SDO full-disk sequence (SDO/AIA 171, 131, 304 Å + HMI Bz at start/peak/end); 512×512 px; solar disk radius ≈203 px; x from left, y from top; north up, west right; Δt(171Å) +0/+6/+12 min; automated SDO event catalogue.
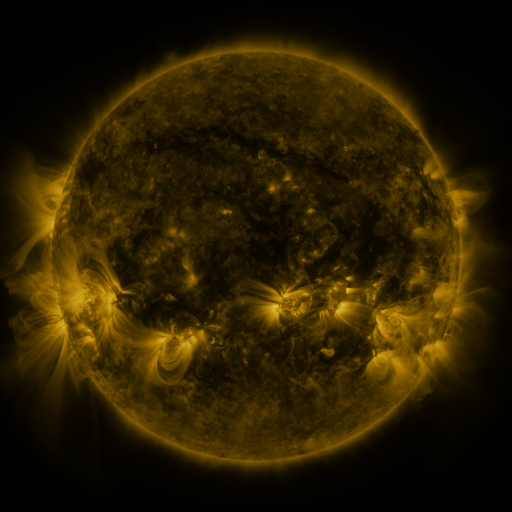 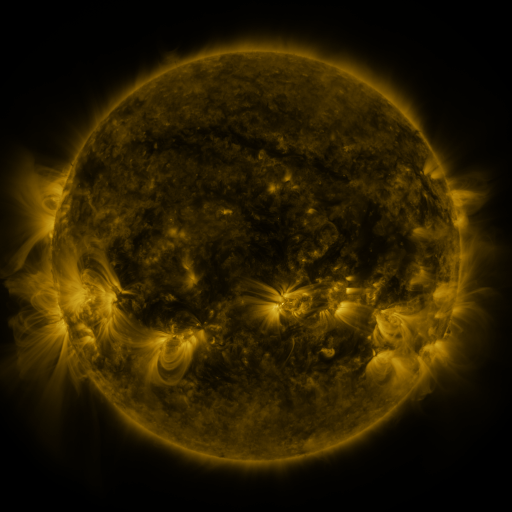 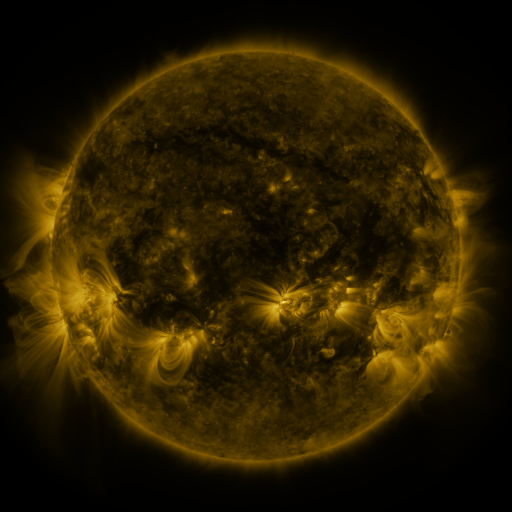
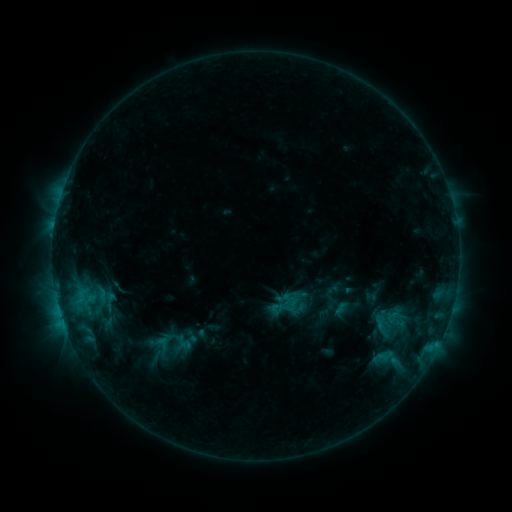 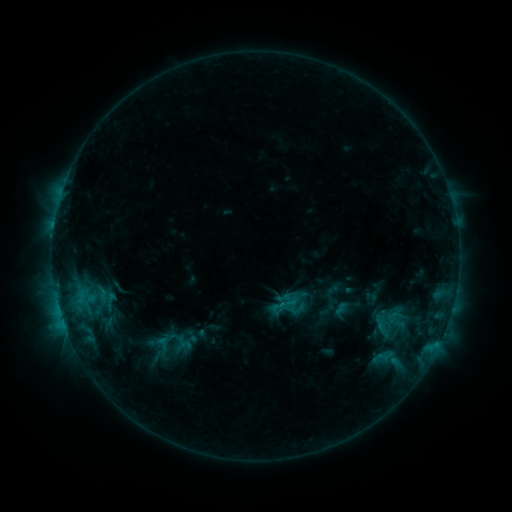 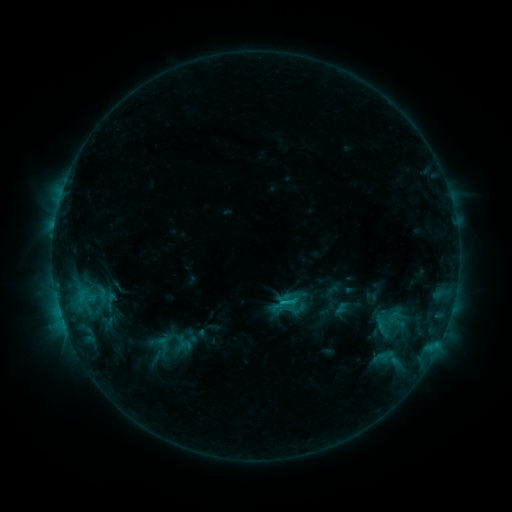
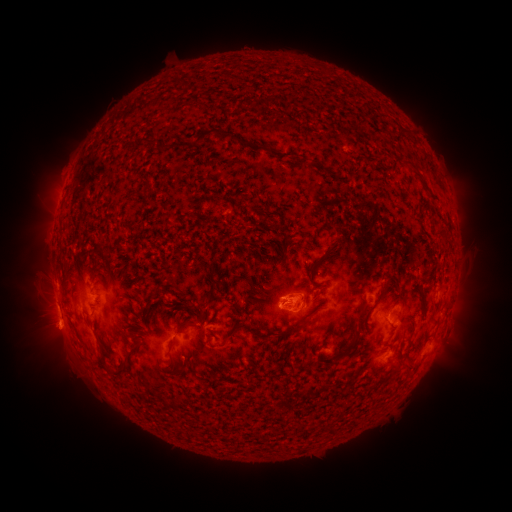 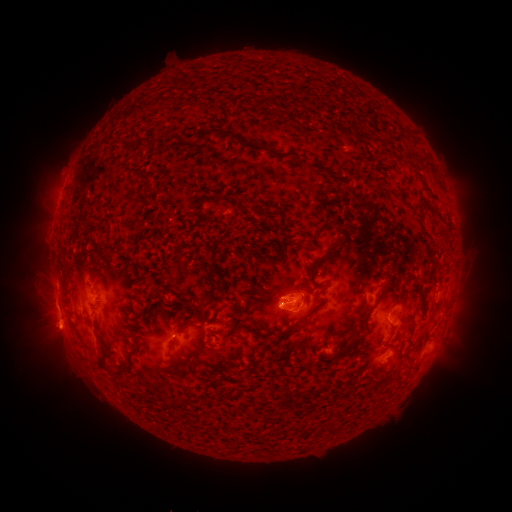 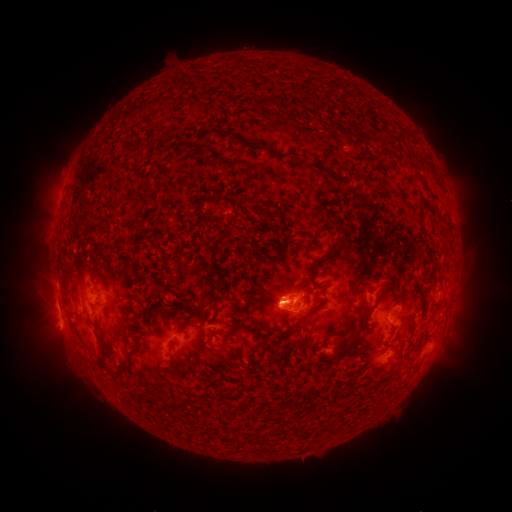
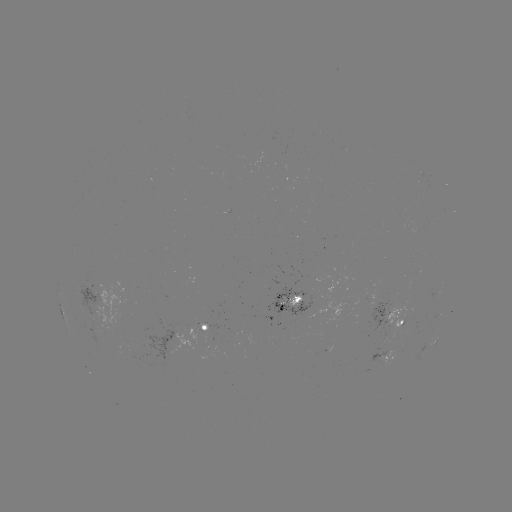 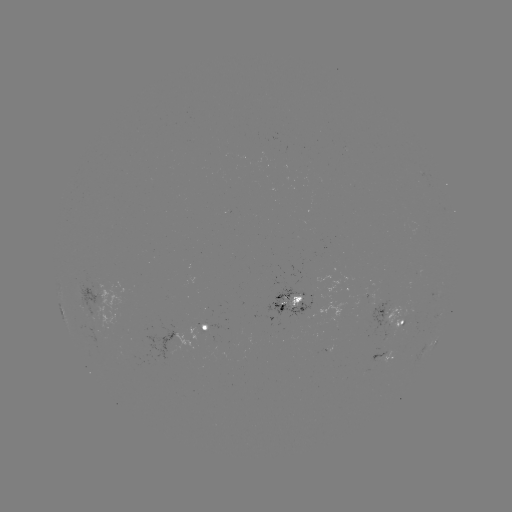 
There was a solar eruption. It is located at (270, 297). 